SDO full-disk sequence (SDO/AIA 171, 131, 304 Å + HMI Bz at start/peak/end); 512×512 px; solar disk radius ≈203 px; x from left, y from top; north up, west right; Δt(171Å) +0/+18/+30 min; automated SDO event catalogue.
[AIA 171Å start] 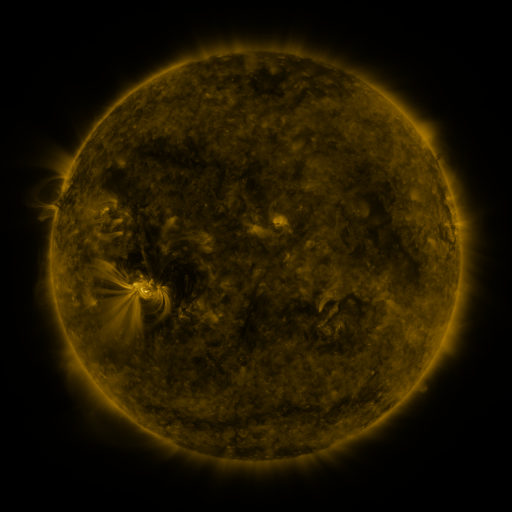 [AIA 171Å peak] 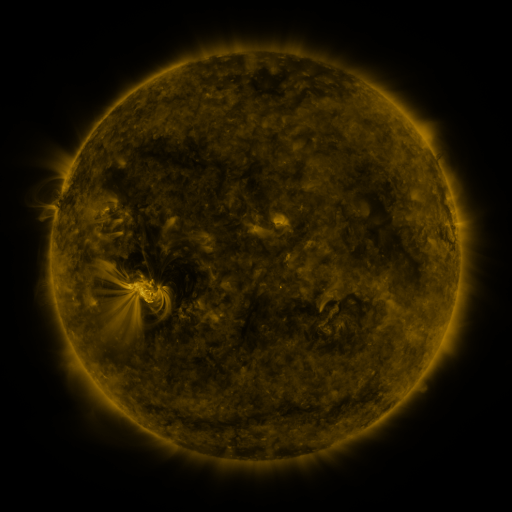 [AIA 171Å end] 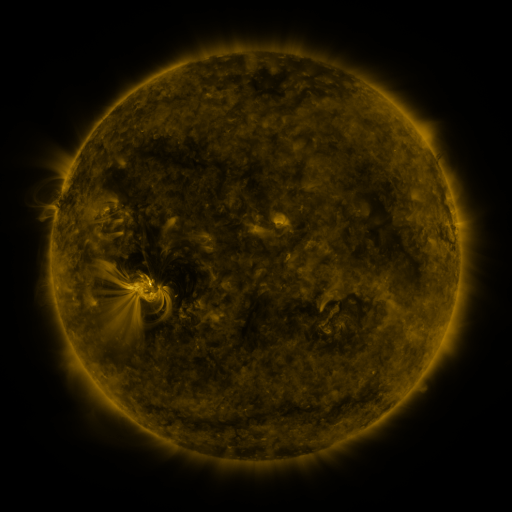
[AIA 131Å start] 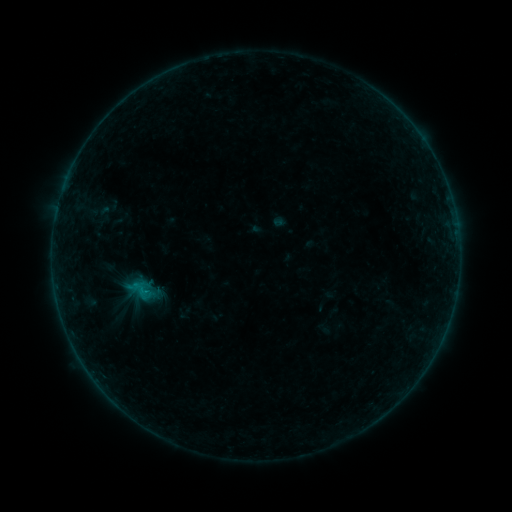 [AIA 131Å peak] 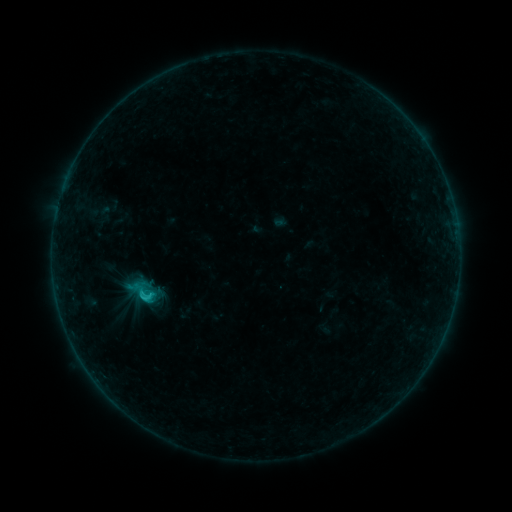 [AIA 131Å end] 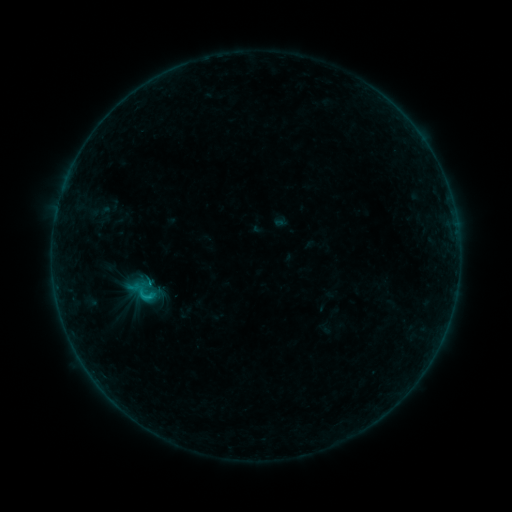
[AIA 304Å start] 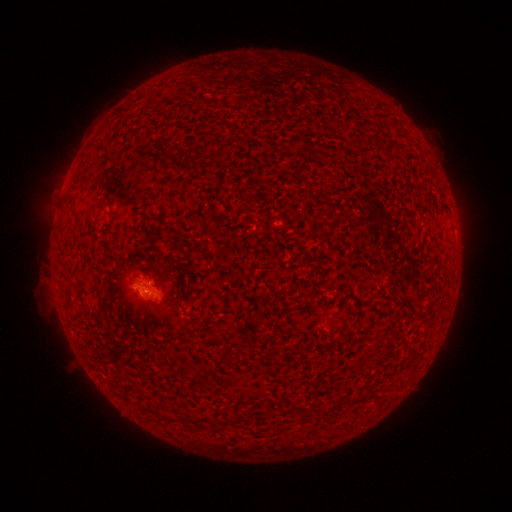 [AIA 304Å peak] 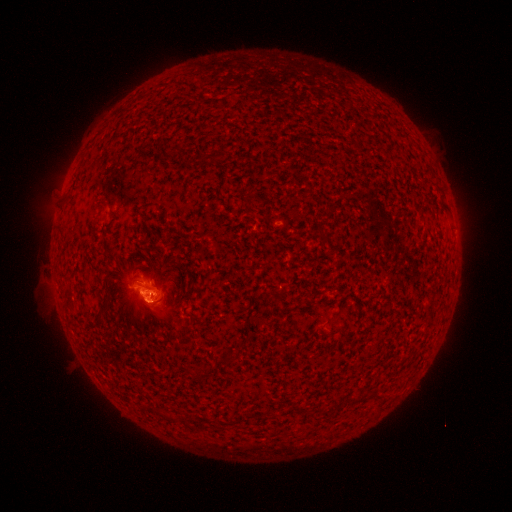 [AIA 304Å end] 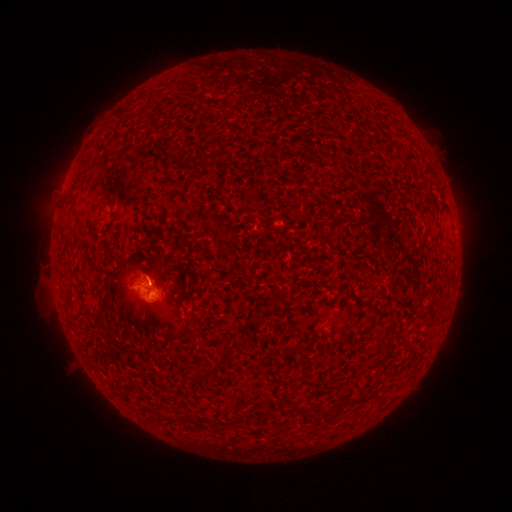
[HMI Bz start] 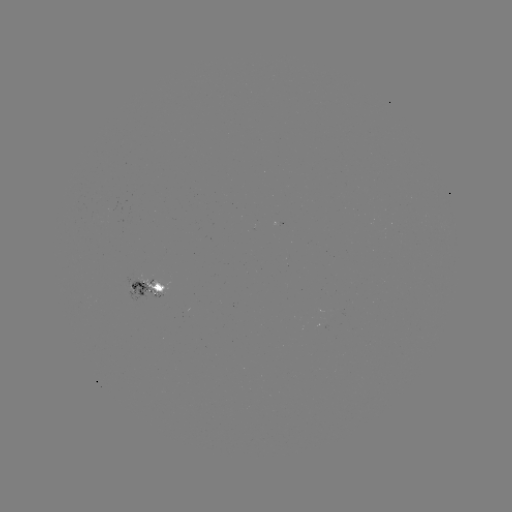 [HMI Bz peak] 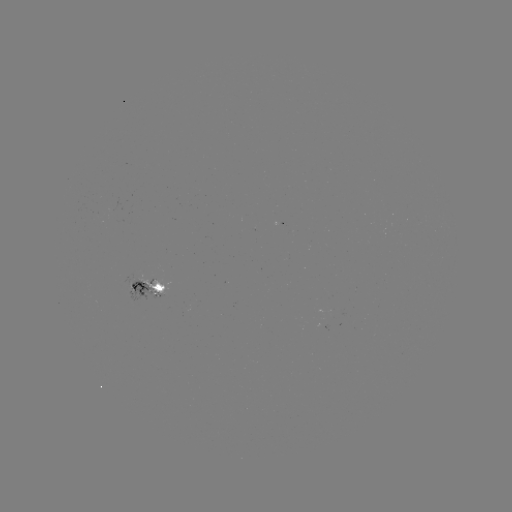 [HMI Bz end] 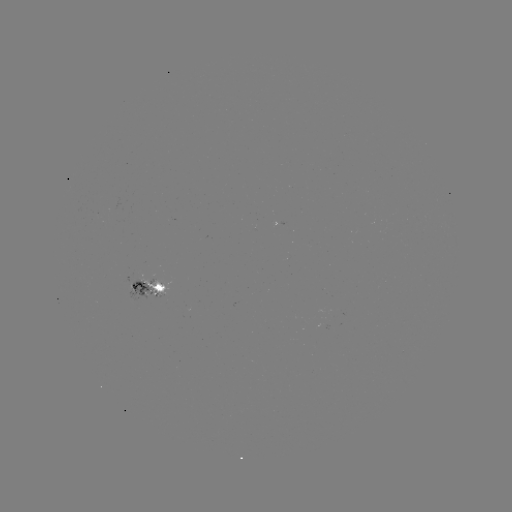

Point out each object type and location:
B9.8 flare: (151, 295)
